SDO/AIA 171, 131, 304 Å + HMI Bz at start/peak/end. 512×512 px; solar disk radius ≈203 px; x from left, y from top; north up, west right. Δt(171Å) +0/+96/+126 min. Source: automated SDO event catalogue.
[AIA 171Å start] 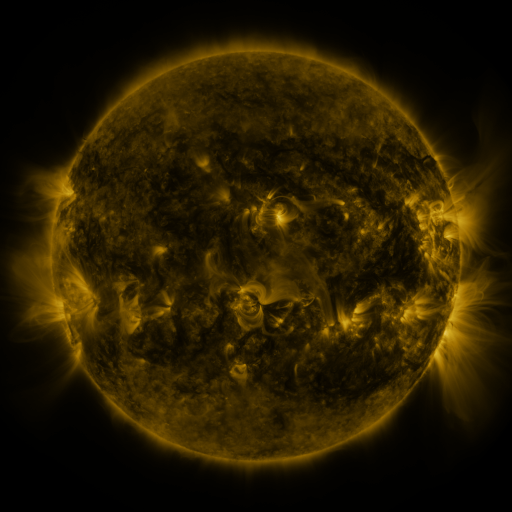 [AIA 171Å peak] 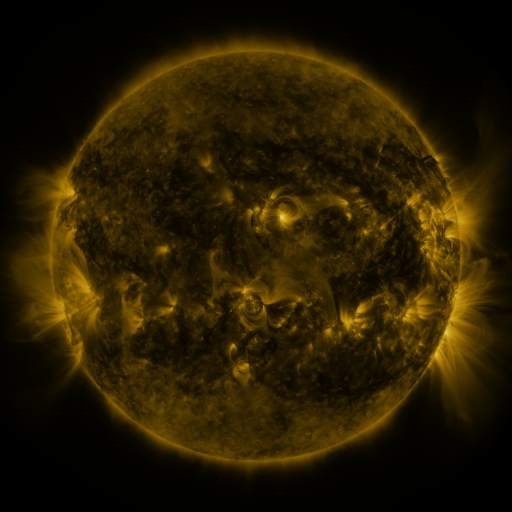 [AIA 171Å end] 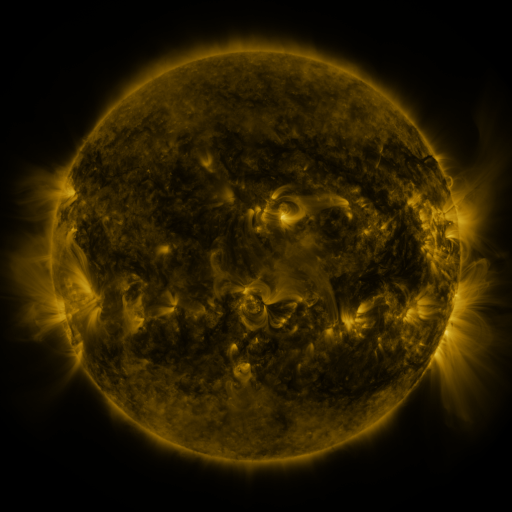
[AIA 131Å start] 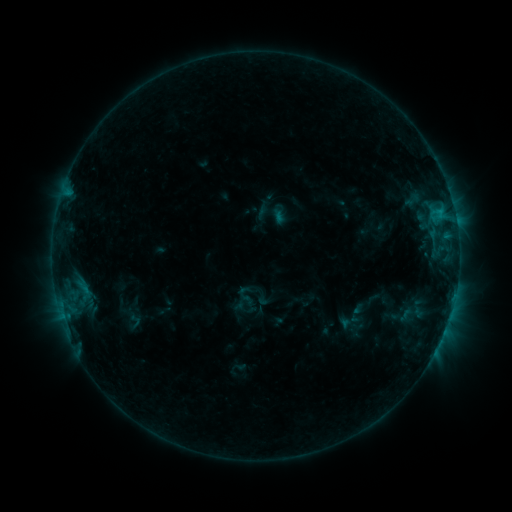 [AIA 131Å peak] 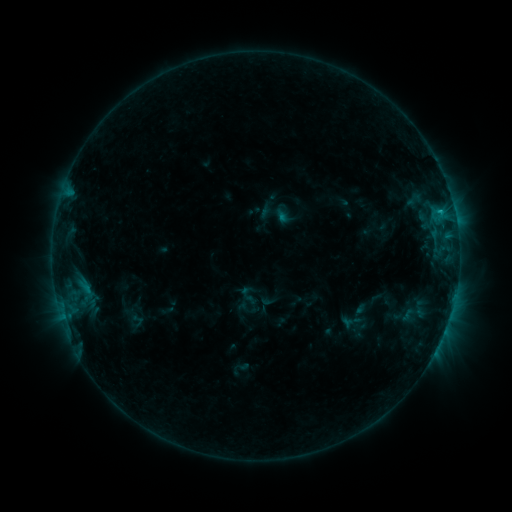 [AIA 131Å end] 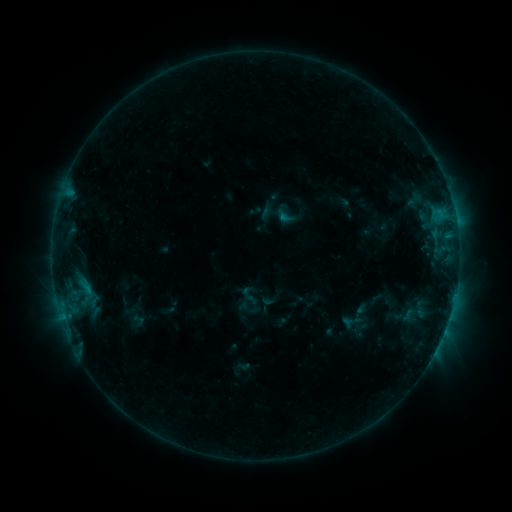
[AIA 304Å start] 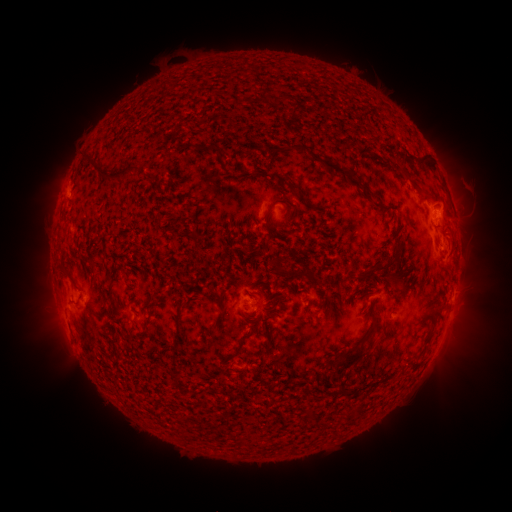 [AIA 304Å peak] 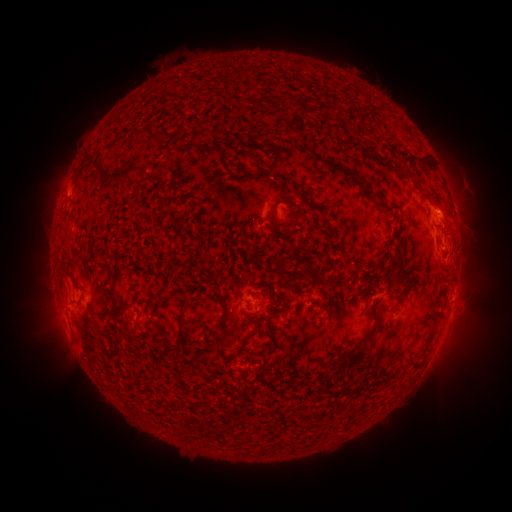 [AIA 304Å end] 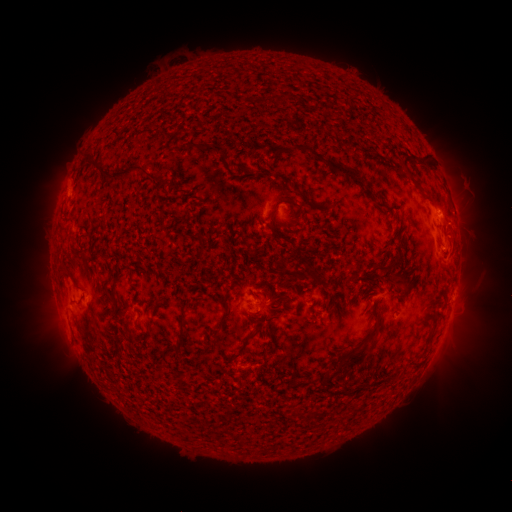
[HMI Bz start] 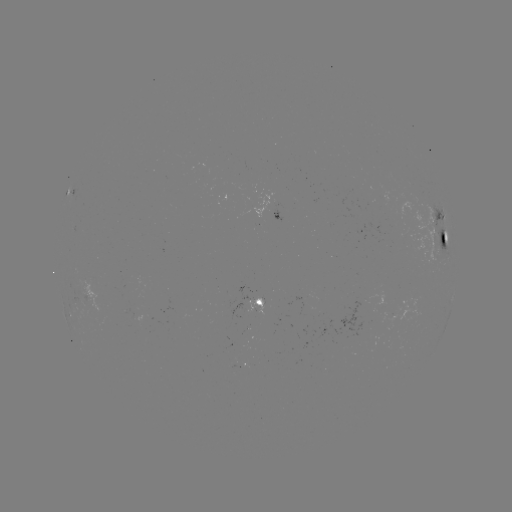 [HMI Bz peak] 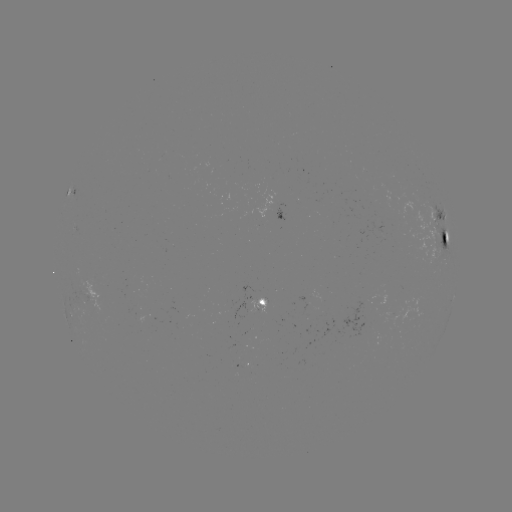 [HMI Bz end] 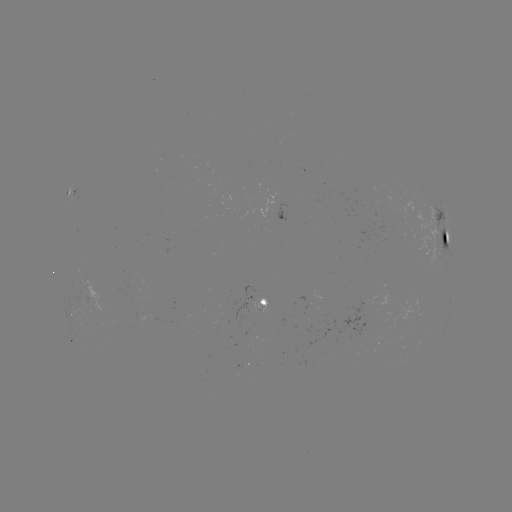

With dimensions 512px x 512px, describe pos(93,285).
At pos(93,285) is emerging-flux region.